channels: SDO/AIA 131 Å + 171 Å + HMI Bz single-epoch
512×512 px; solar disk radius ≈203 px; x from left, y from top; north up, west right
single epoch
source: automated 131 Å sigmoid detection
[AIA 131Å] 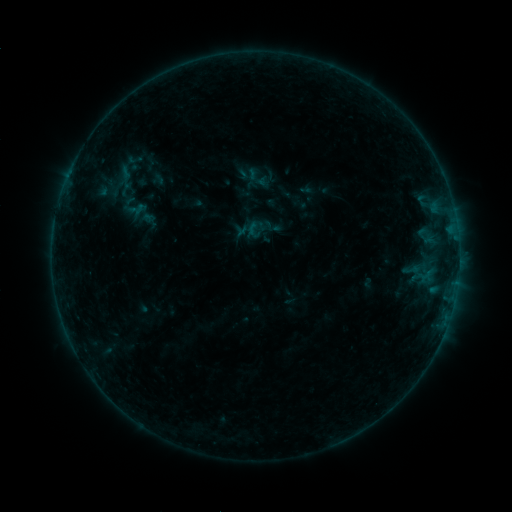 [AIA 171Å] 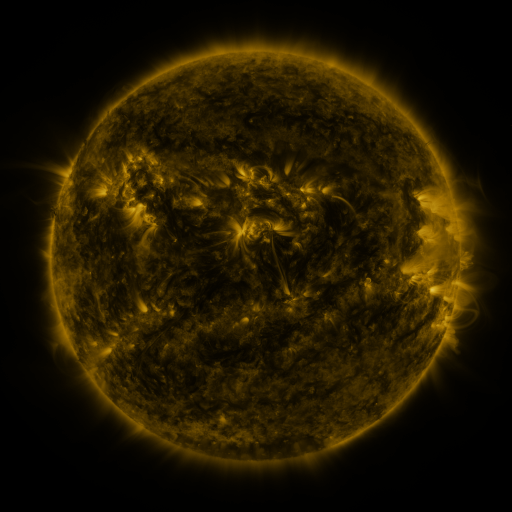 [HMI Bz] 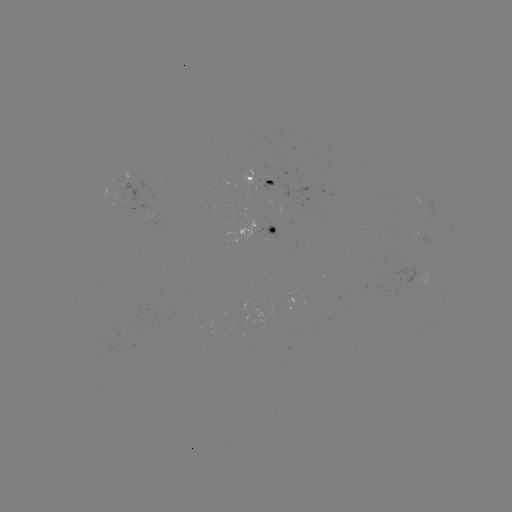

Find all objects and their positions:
sigmoid: (257, 177)
sigmoid: (253, 230)
